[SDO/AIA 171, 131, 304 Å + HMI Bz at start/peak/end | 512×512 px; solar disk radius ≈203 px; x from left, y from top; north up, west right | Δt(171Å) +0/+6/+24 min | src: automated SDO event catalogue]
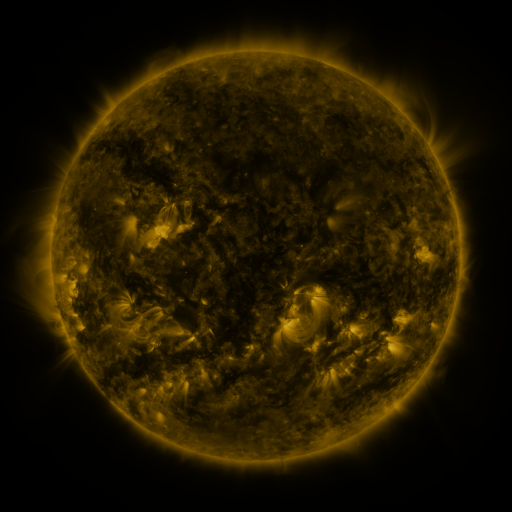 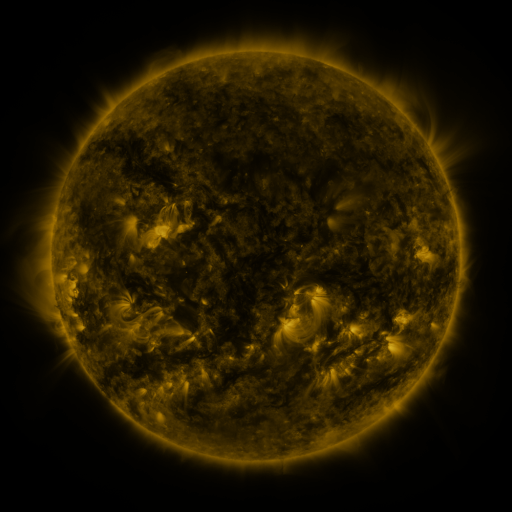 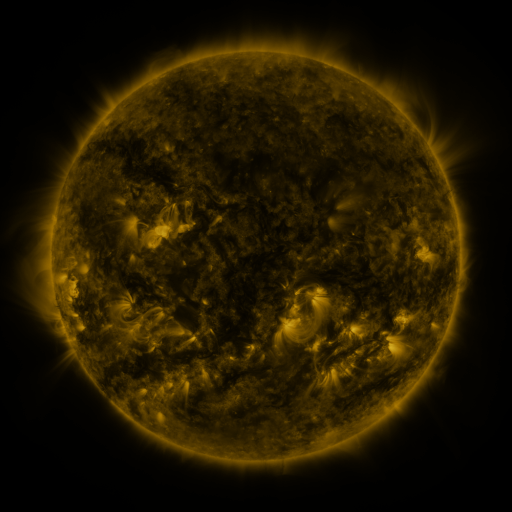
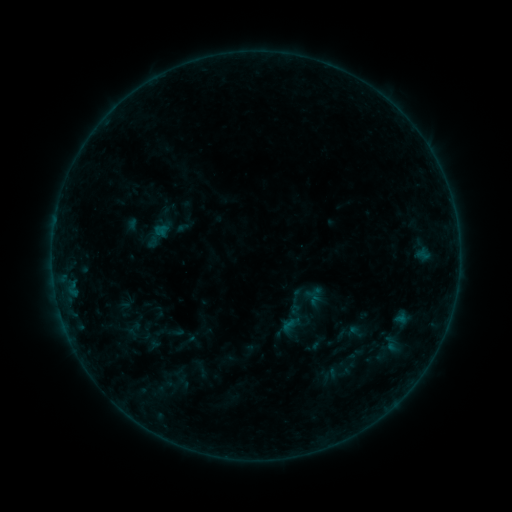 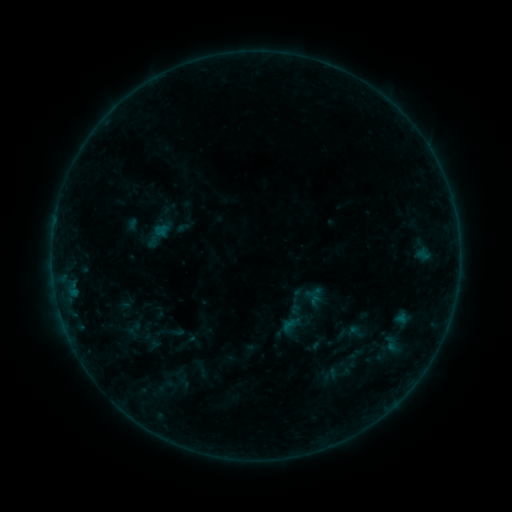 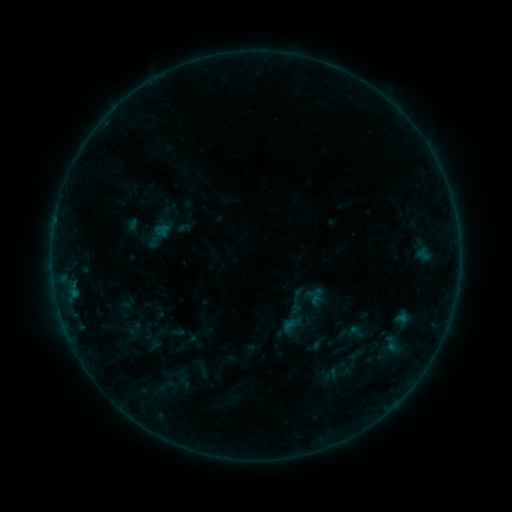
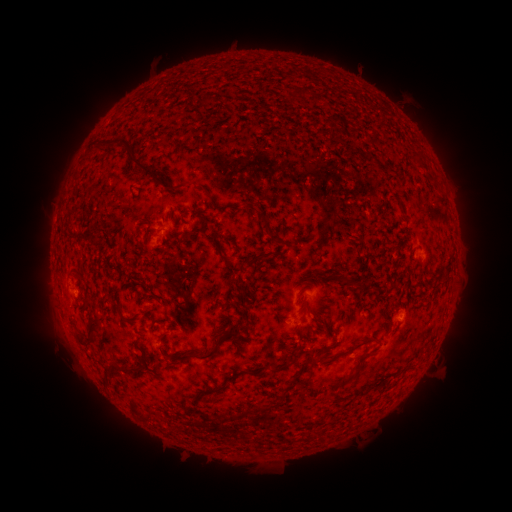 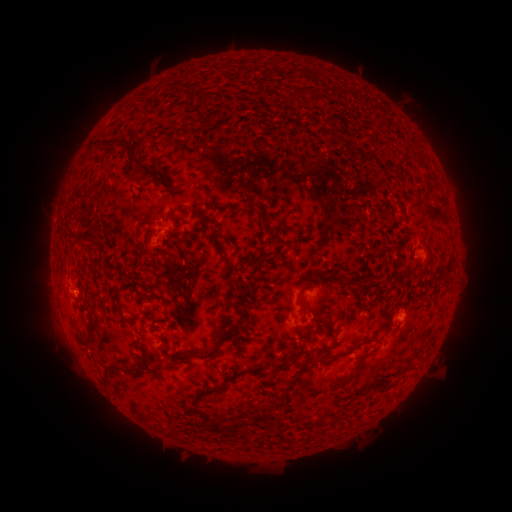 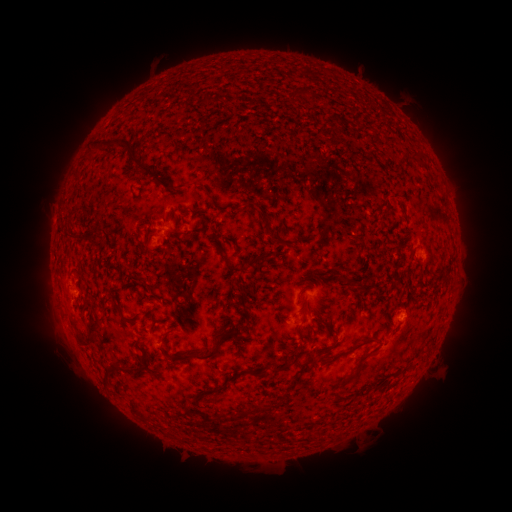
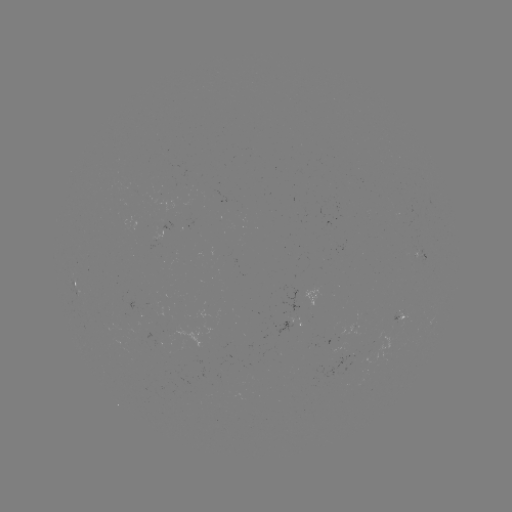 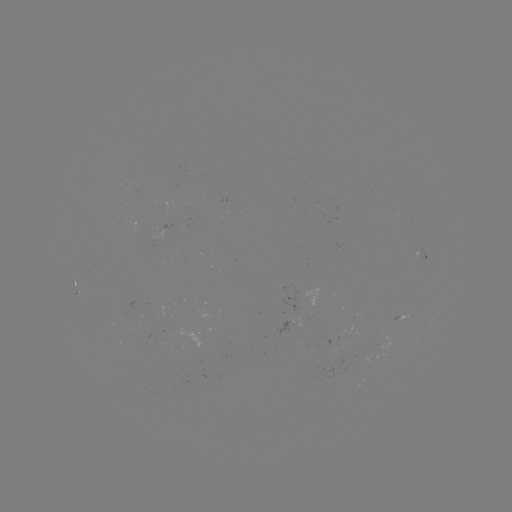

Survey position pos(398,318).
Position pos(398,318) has B2.6 flare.